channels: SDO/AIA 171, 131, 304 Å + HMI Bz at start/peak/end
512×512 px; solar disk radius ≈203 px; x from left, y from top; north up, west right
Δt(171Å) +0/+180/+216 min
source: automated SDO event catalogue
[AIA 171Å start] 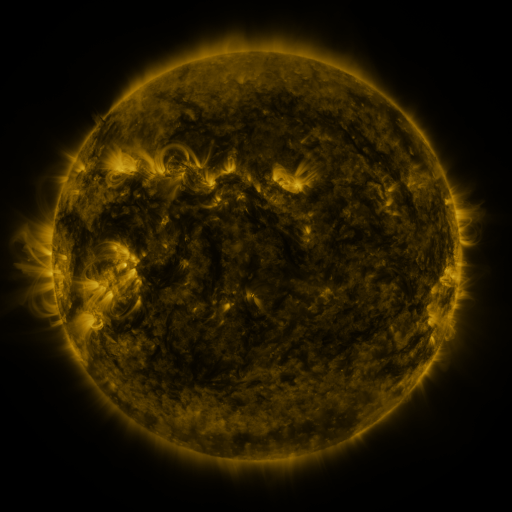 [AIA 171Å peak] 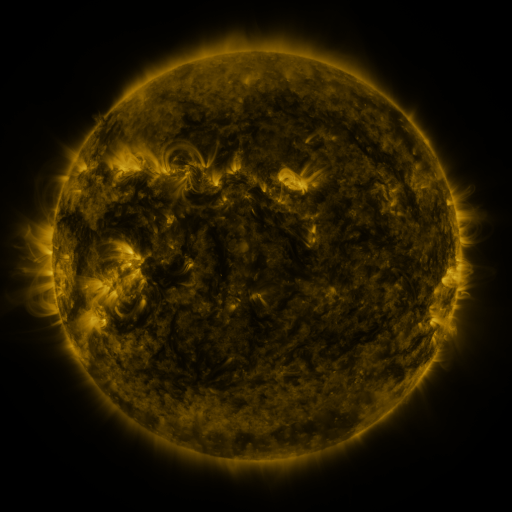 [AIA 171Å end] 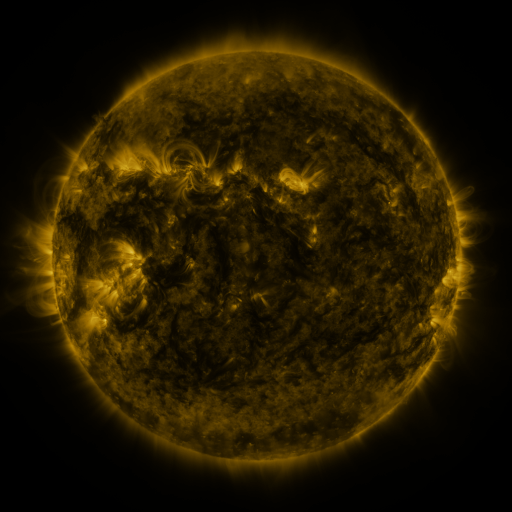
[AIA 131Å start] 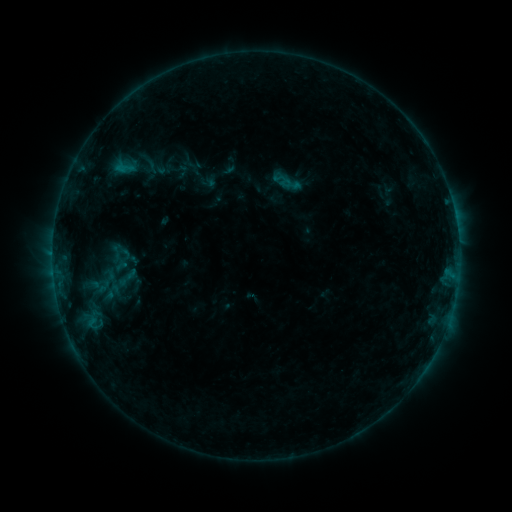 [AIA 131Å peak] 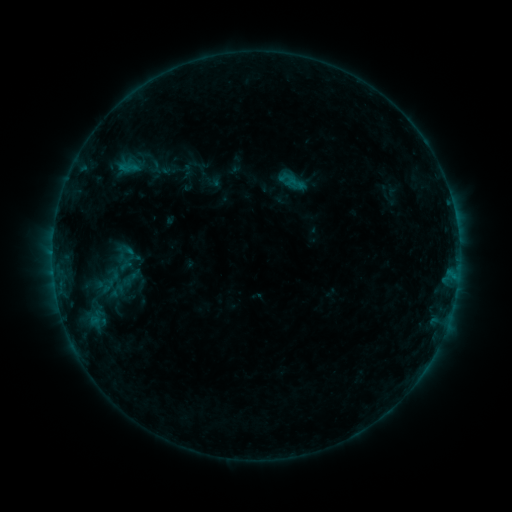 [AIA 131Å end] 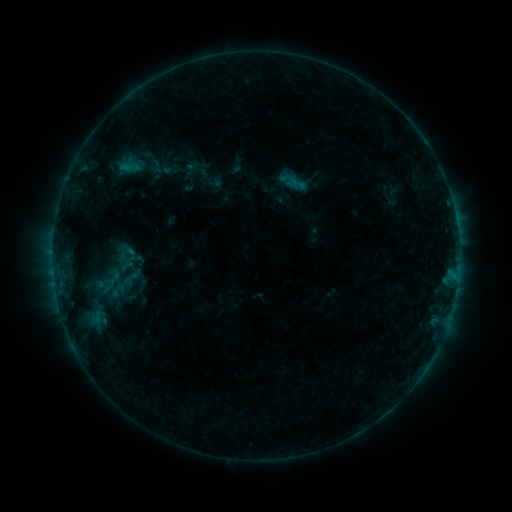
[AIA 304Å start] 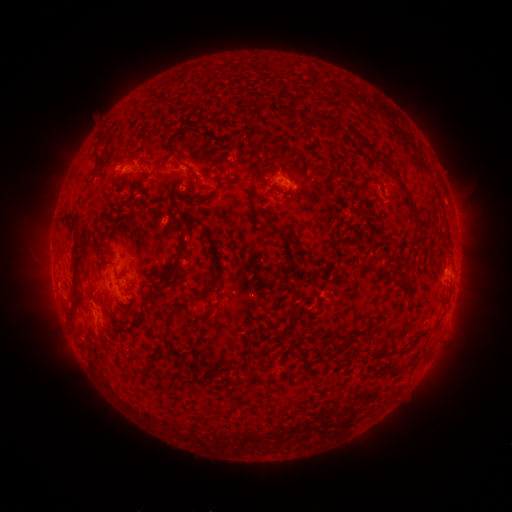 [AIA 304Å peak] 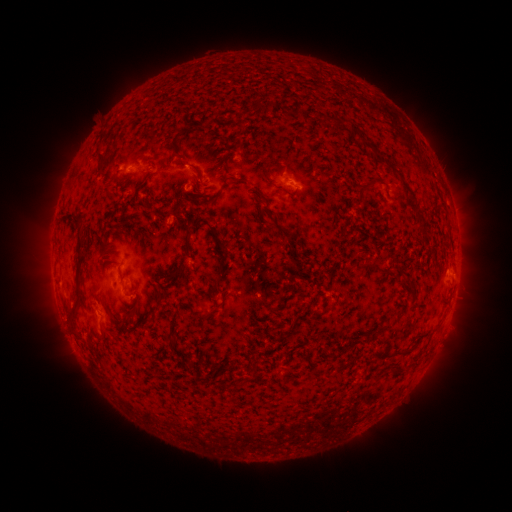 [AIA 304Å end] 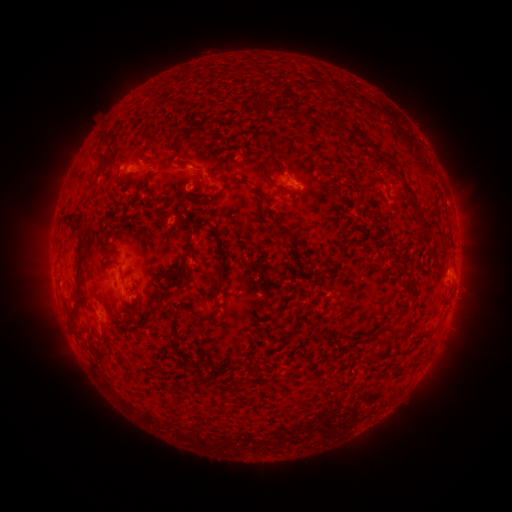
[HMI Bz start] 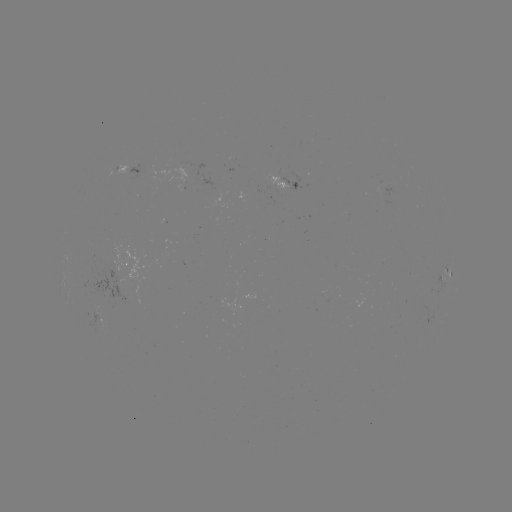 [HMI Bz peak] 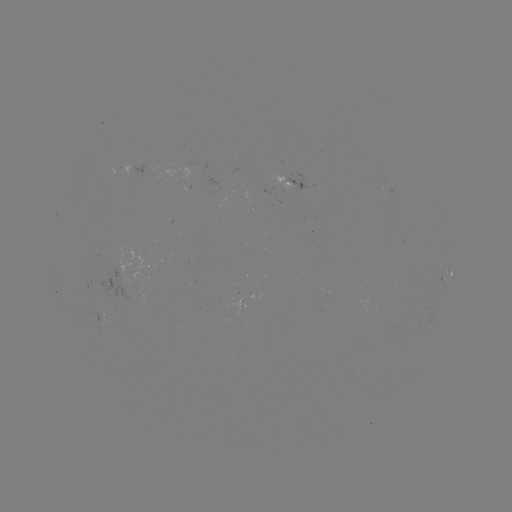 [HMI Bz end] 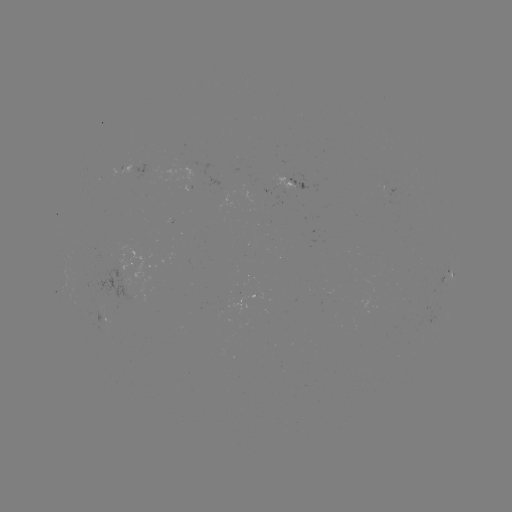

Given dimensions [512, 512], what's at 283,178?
emerging-flux region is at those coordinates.